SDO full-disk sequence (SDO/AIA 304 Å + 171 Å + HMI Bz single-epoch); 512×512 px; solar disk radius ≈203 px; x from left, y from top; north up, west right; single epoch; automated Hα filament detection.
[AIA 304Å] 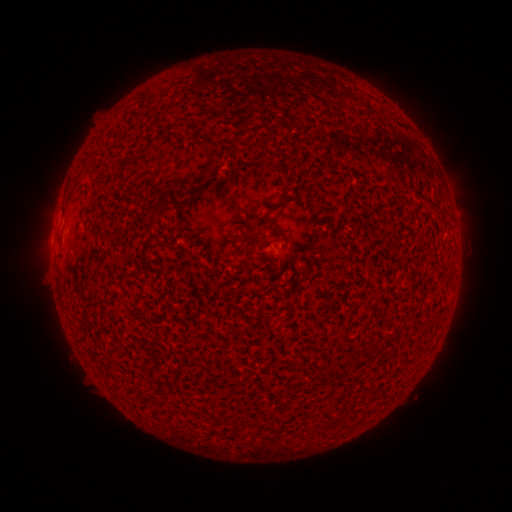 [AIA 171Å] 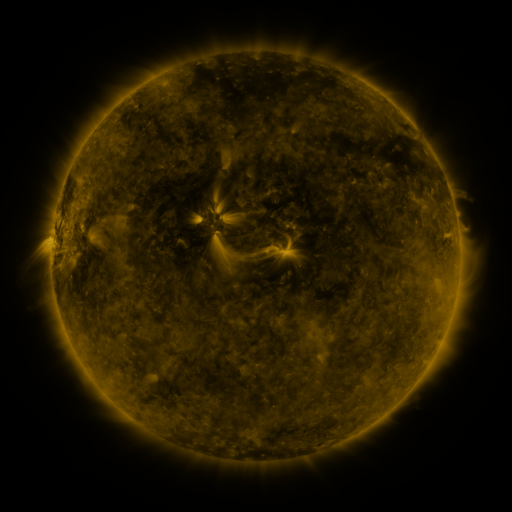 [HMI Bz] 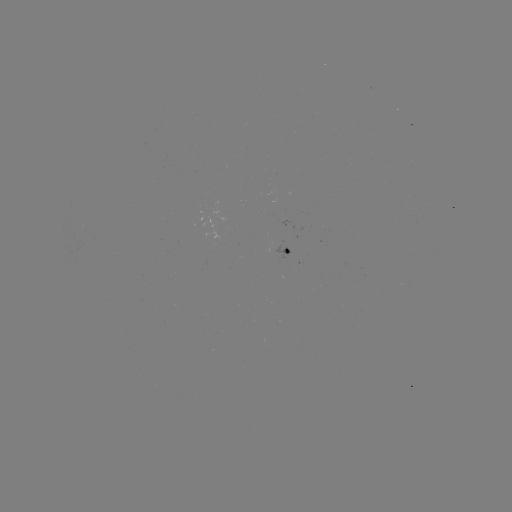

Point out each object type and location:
filament: [146, 121, 156, 129]
filament: [205, 158, 214, 174]
filament: [148, 199, 165, 223]
filament: [263, 209, 270, 220]
filament: [262, 224, 278, 233]
filament: [244, 232, 257, 248]
